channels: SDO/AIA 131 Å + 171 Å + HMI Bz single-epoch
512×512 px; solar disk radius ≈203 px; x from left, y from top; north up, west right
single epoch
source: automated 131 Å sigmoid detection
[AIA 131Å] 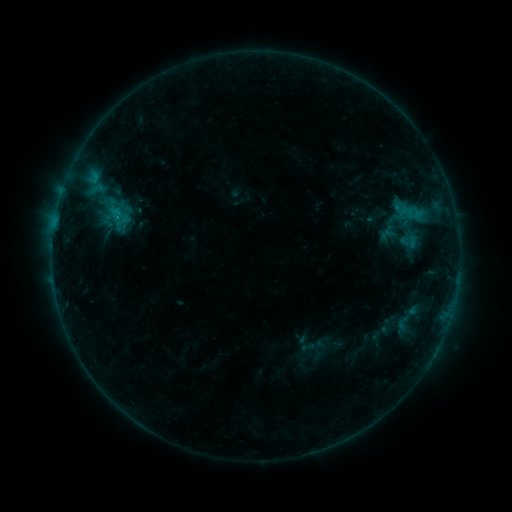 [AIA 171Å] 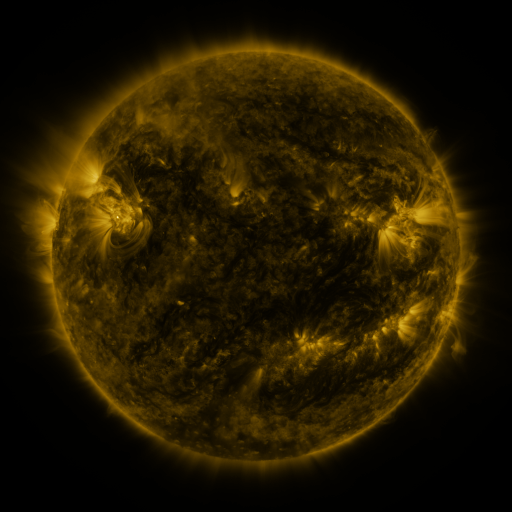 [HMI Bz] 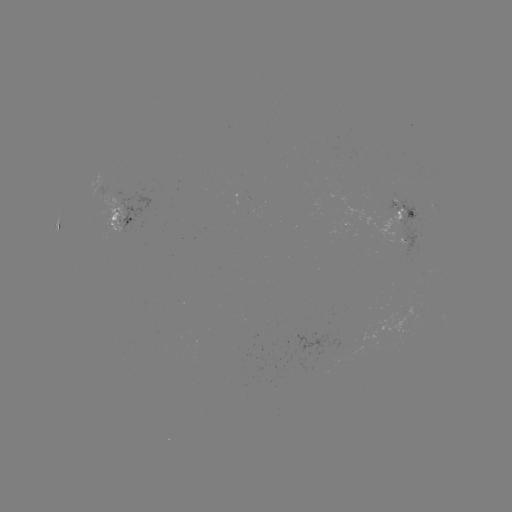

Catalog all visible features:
sigmoid: (398, 199, 420, 215)
